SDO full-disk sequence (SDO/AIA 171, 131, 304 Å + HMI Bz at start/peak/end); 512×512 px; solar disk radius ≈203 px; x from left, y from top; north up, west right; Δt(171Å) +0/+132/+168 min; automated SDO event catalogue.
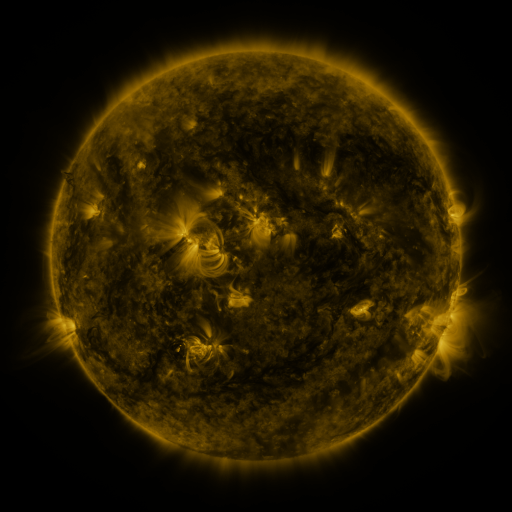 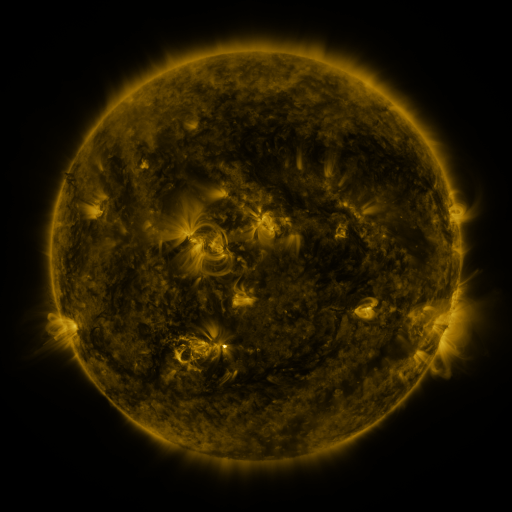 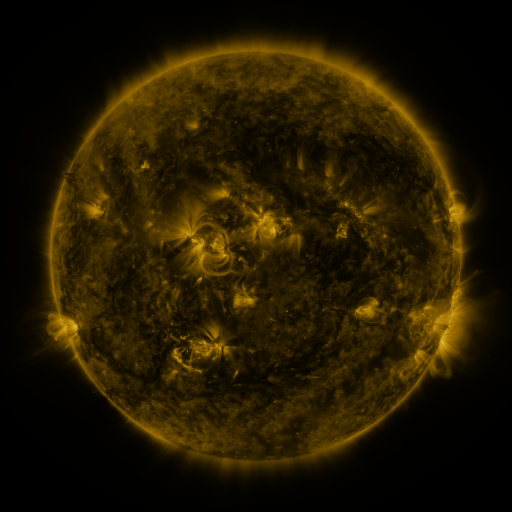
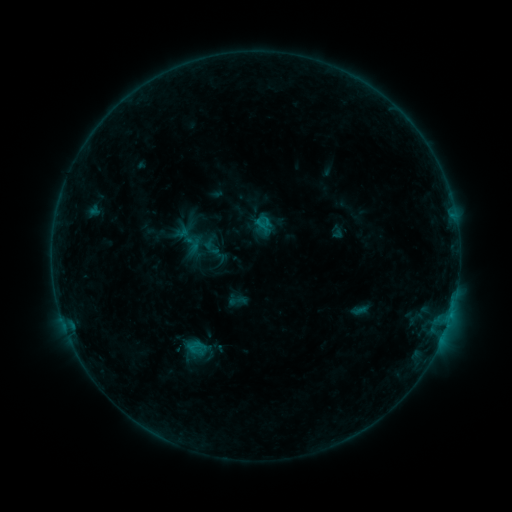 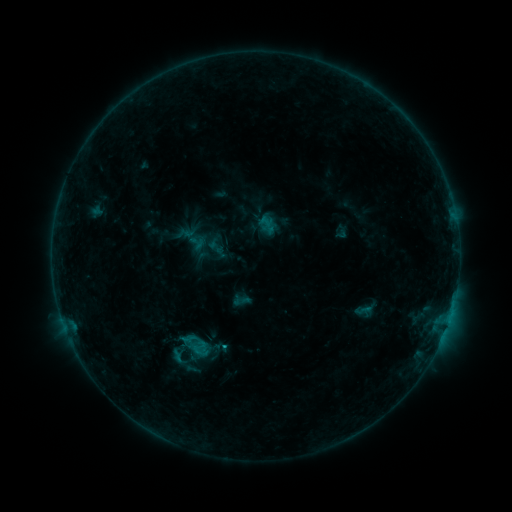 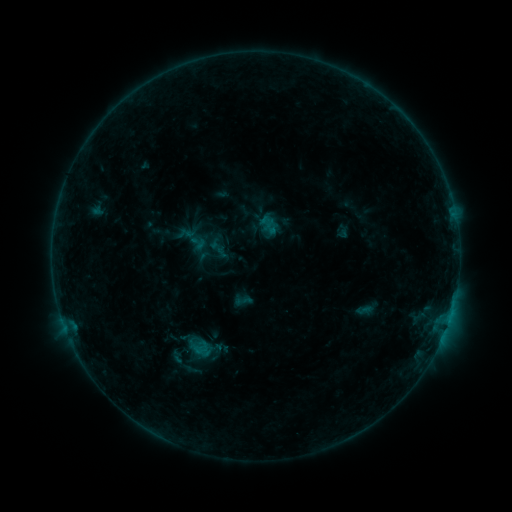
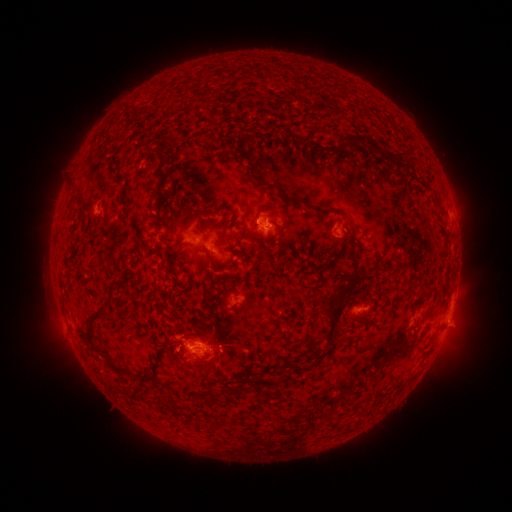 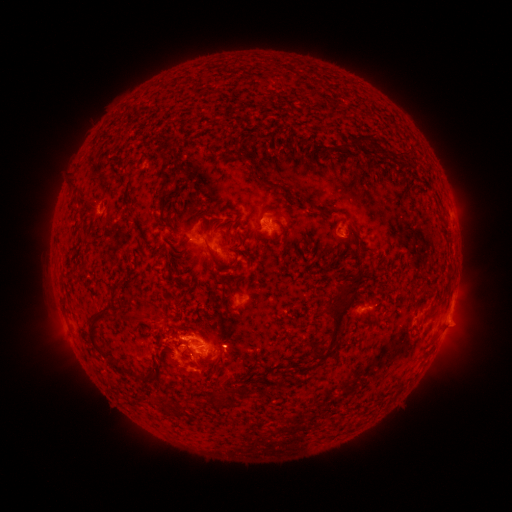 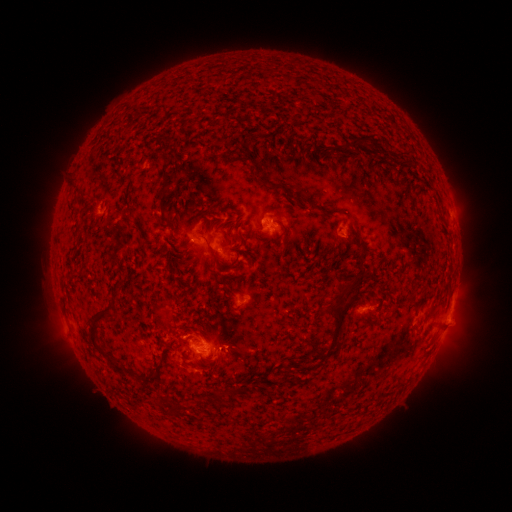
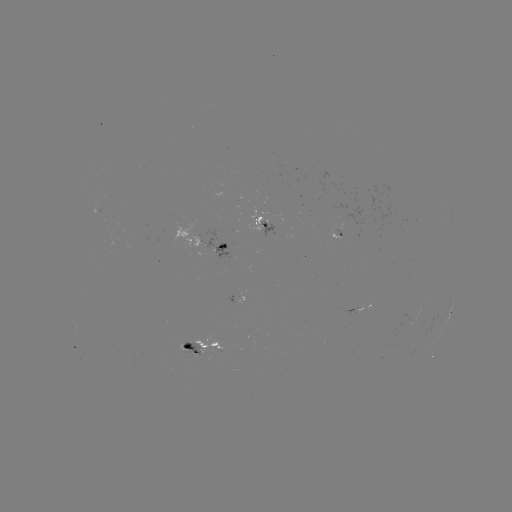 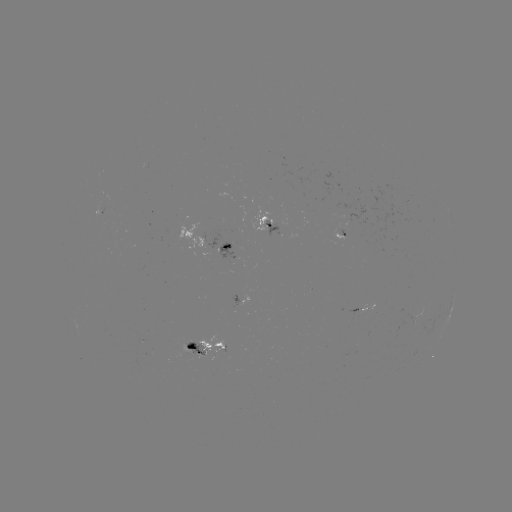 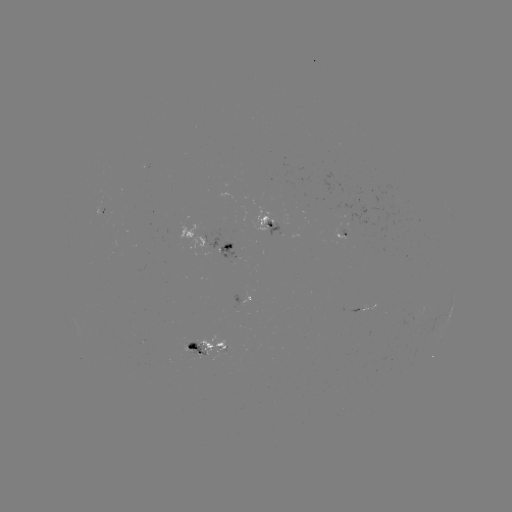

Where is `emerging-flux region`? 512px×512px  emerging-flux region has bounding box [344, 308, 359, 315].